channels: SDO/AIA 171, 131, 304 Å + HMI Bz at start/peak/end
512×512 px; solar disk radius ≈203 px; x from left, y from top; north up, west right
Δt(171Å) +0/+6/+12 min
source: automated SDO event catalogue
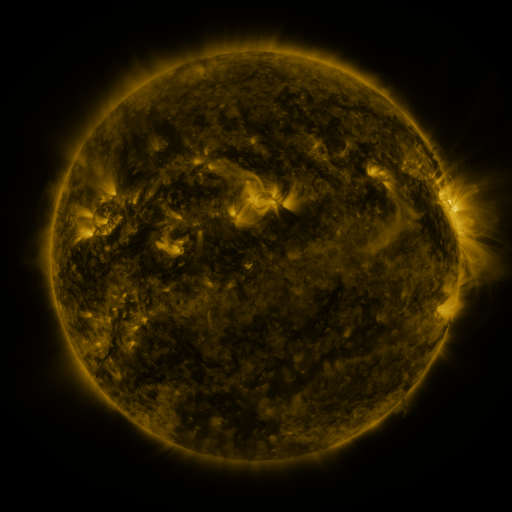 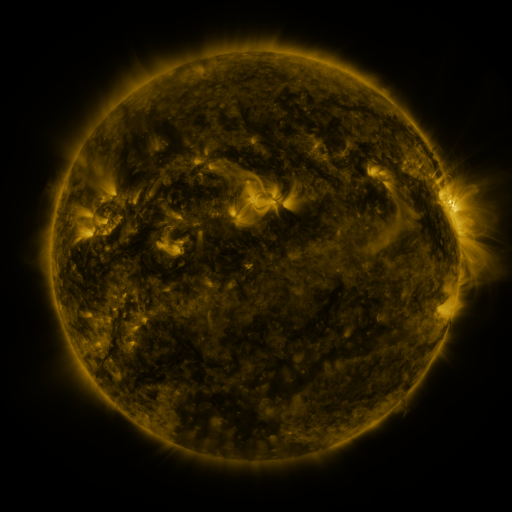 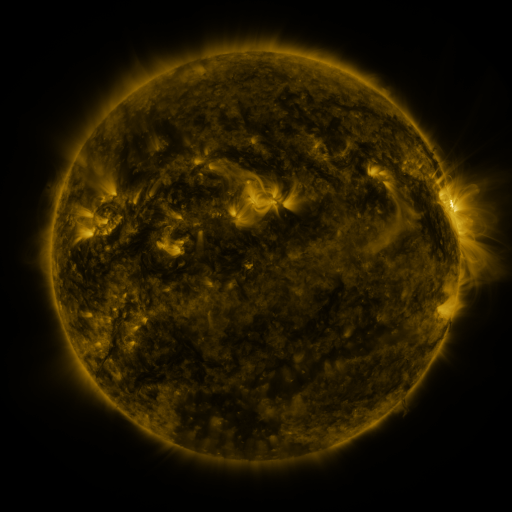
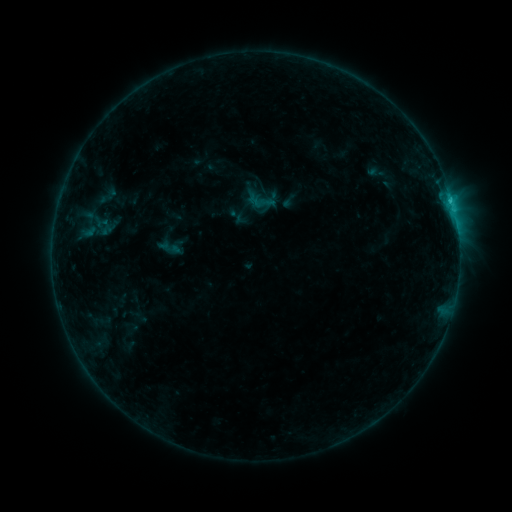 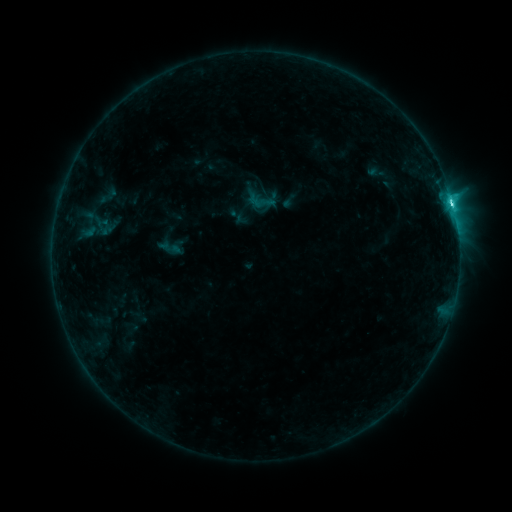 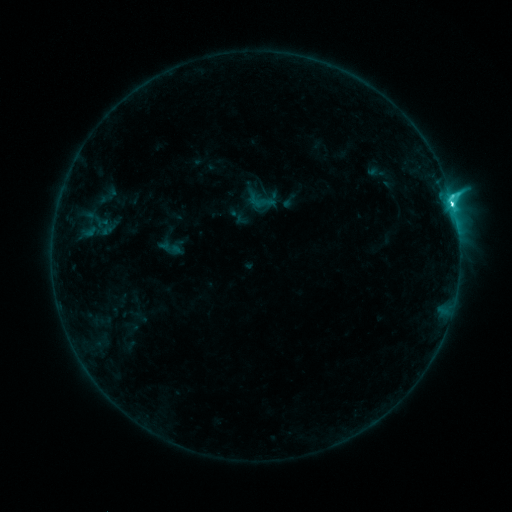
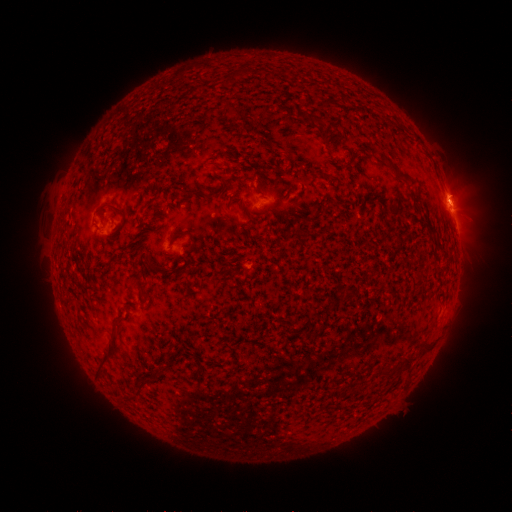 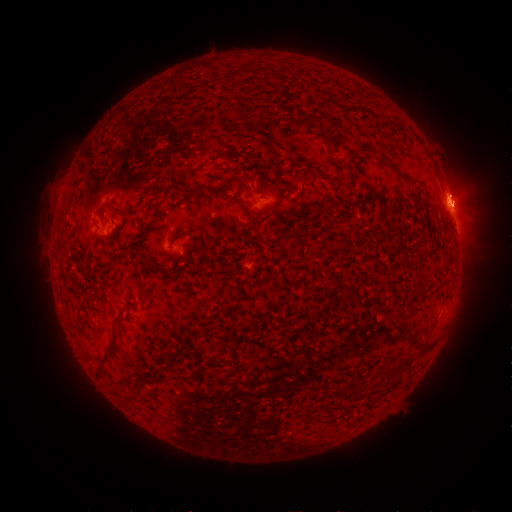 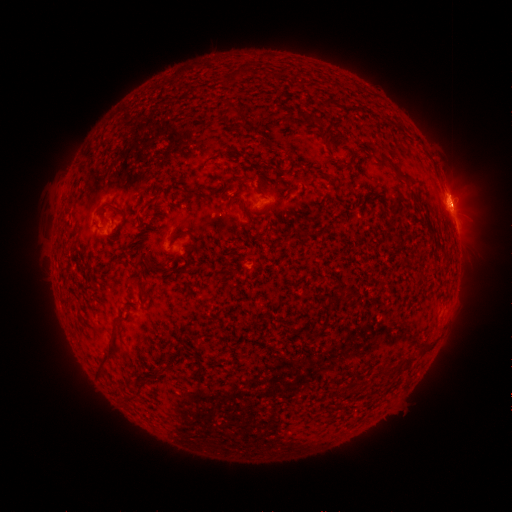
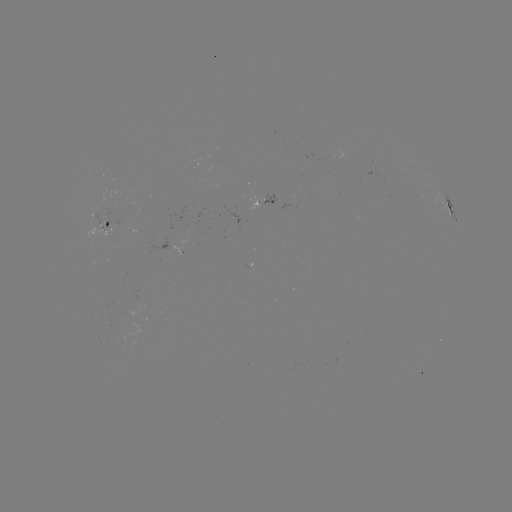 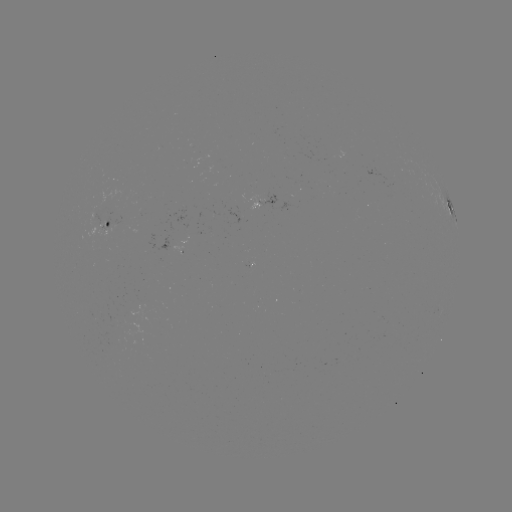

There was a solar flare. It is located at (452, 207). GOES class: C9.4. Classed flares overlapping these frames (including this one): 1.